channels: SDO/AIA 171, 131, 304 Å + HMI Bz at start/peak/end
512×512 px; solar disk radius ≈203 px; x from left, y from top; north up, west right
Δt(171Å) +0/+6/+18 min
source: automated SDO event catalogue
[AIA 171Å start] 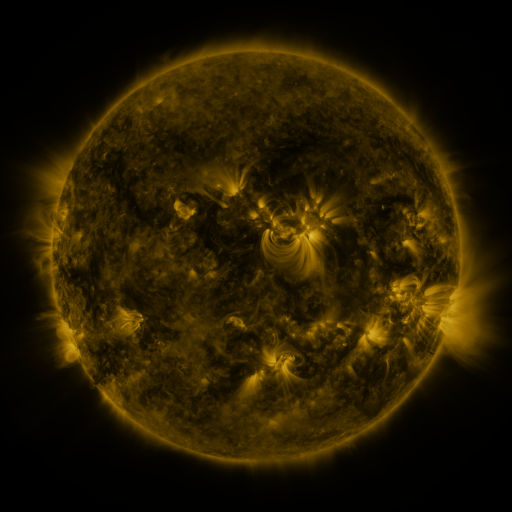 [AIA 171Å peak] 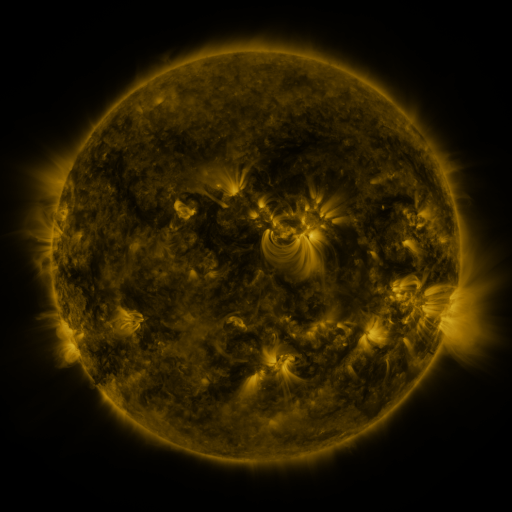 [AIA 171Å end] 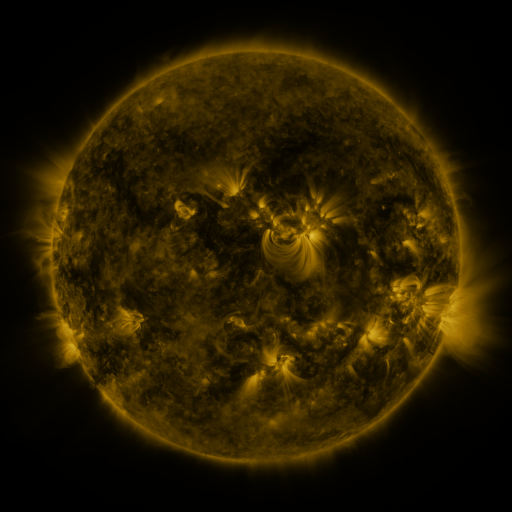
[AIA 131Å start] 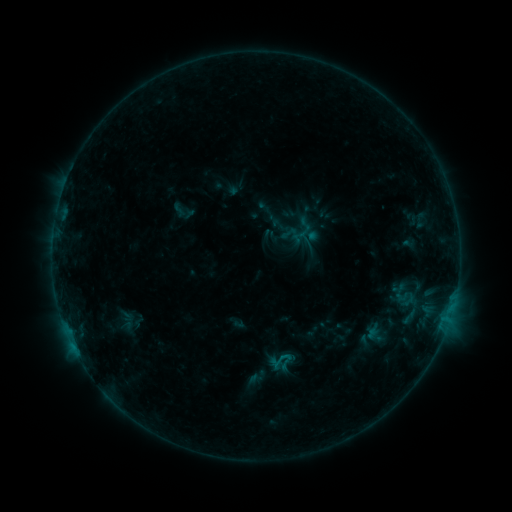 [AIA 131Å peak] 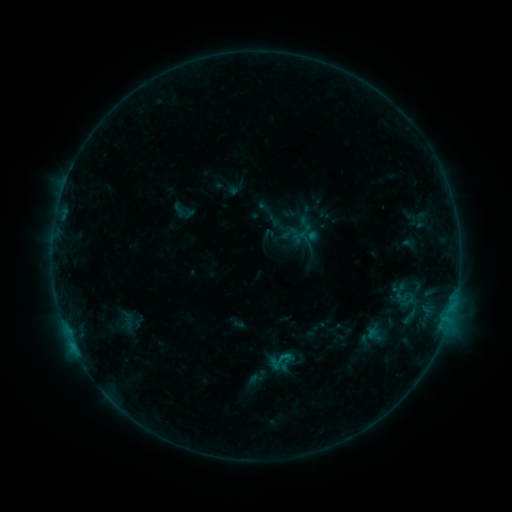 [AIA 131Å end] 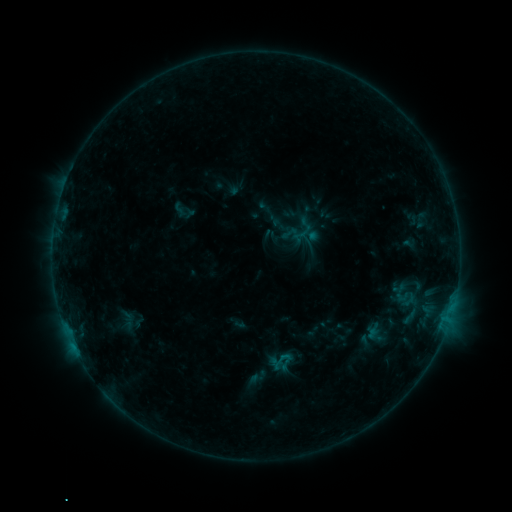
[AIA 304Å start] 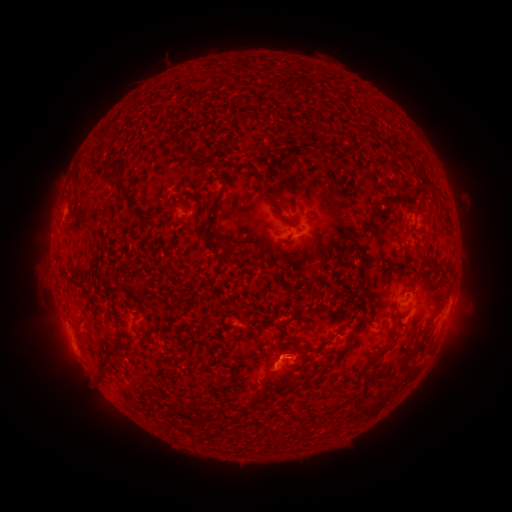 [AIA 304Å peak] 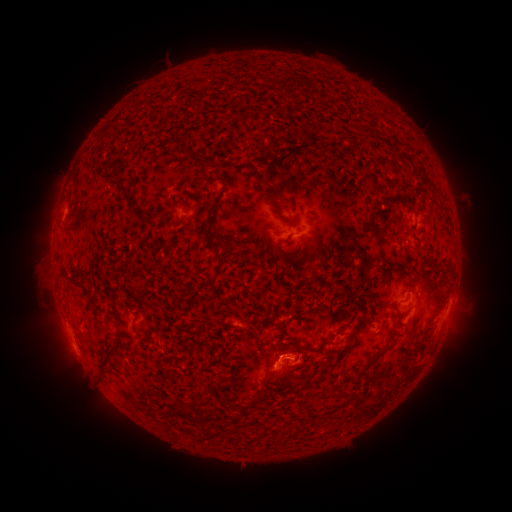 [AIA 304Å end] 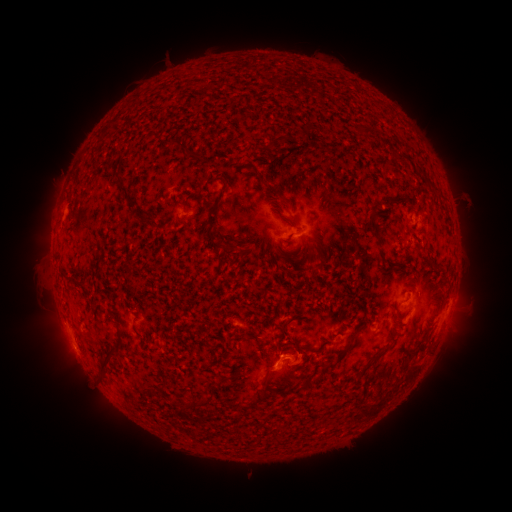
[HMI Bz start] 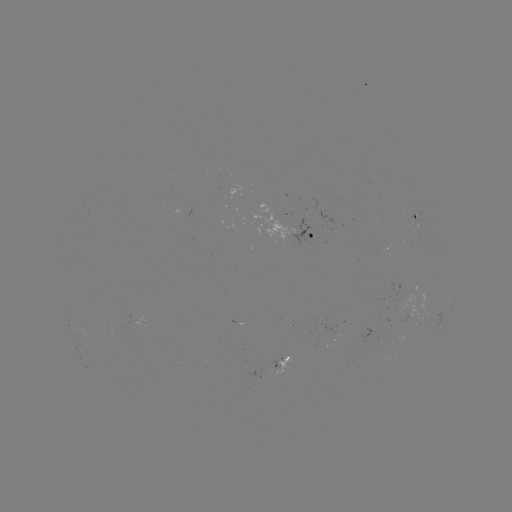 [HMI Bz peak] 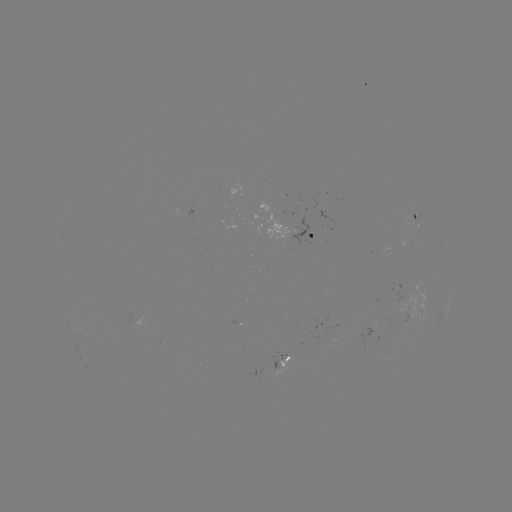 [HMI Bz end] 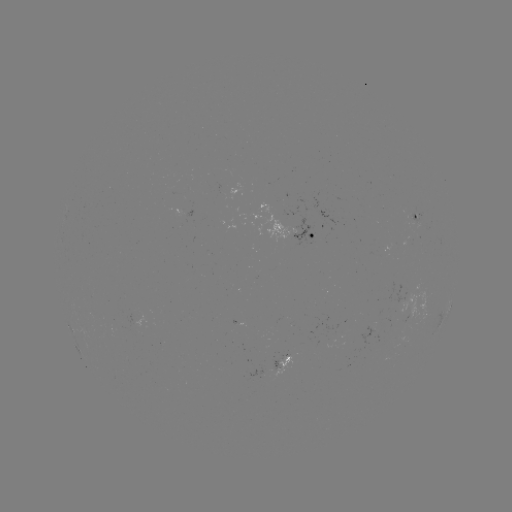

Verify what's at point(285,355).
B4.2 flare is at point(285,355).